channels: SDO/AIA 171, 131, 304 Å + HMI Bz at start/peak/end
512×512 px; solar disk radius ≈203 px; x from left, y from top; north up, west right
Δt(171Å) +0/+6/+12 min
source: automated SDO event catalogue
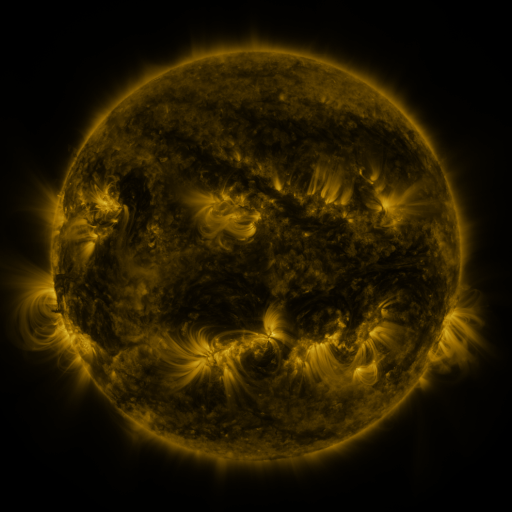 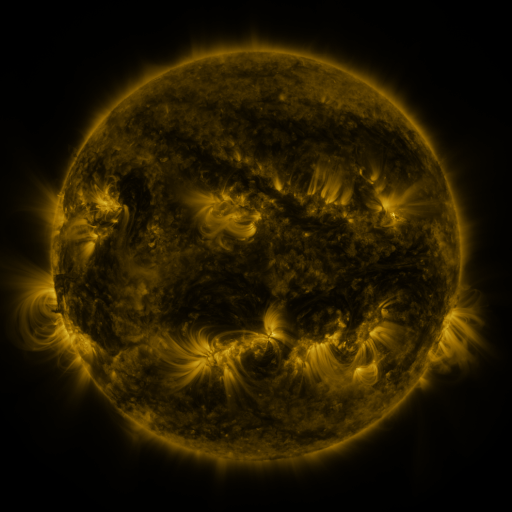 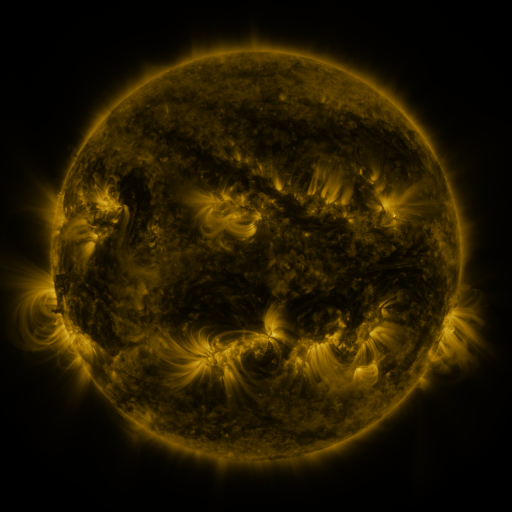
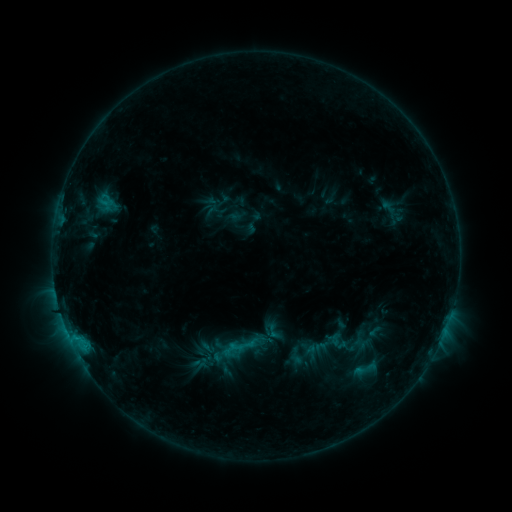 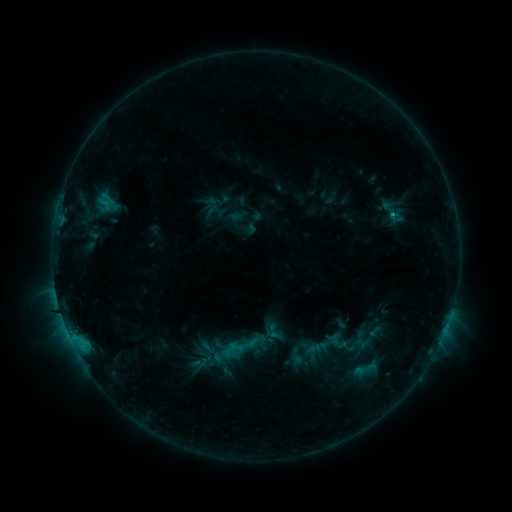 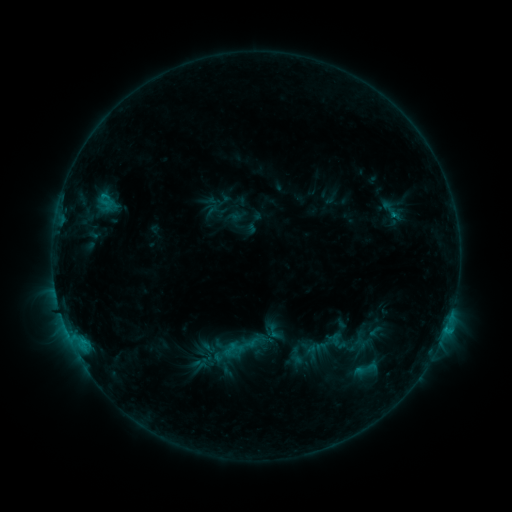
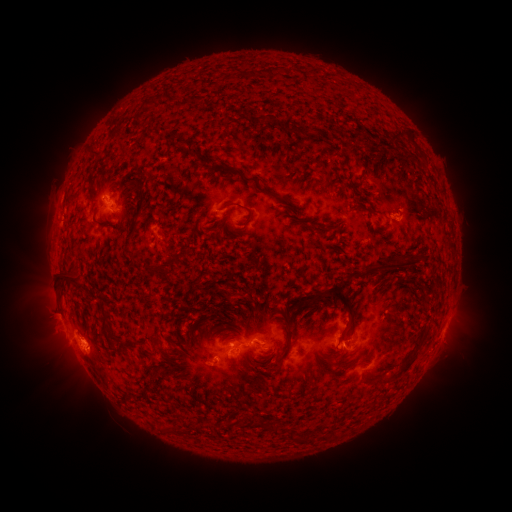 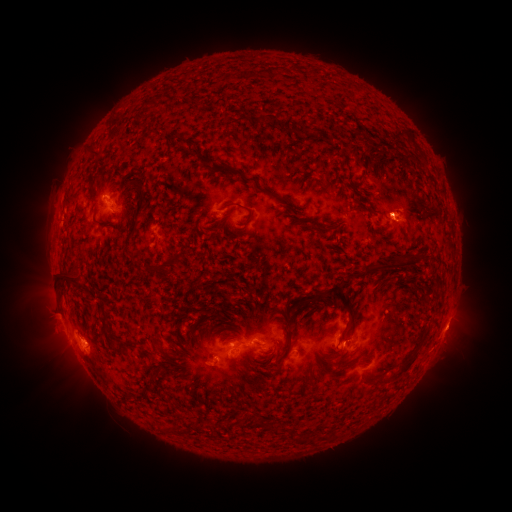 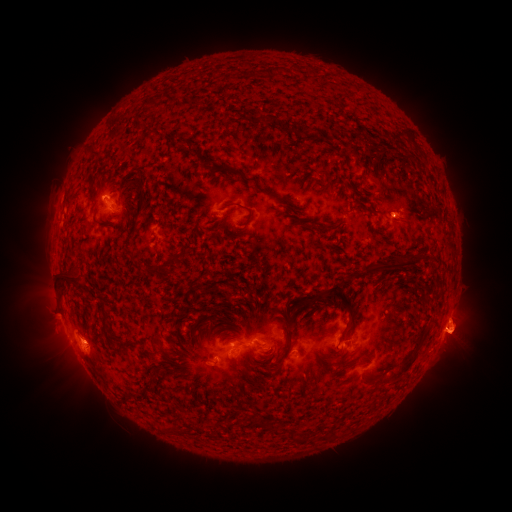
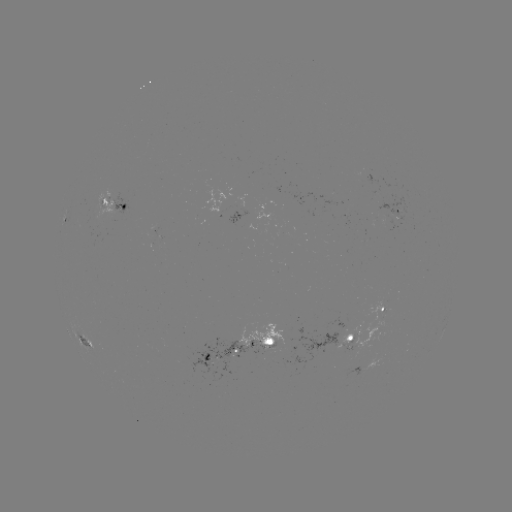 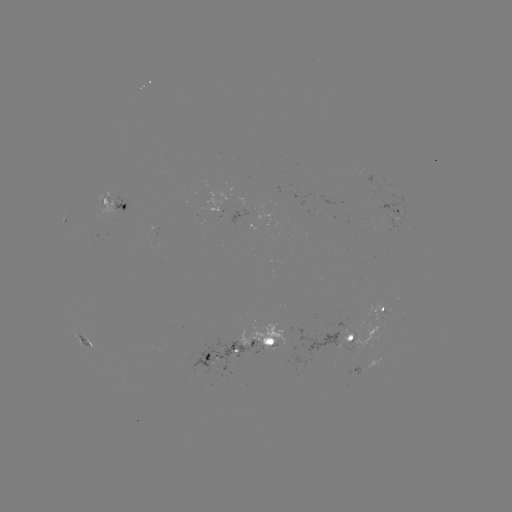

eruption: [369, 177, 431, 251]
